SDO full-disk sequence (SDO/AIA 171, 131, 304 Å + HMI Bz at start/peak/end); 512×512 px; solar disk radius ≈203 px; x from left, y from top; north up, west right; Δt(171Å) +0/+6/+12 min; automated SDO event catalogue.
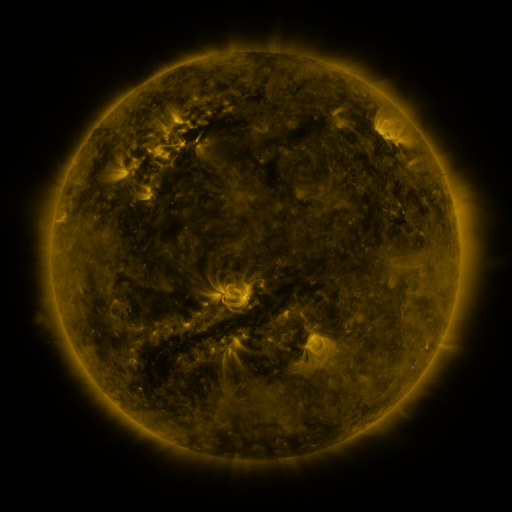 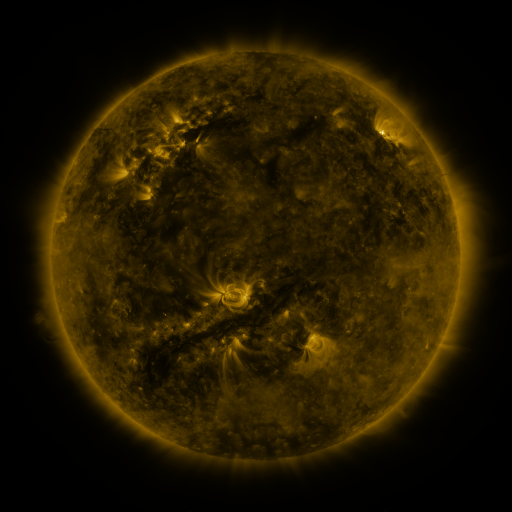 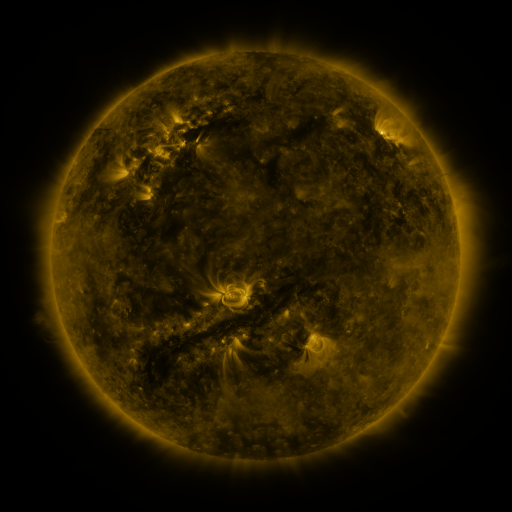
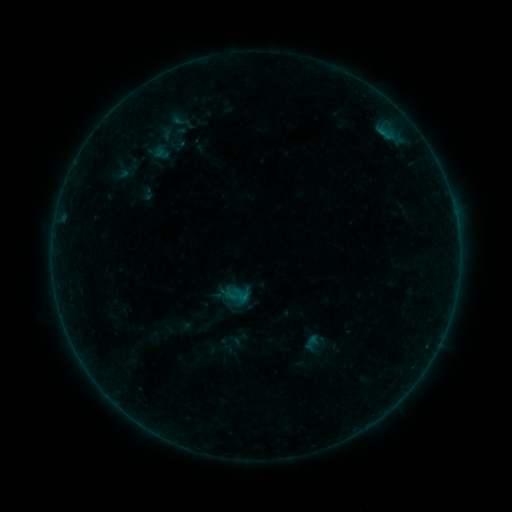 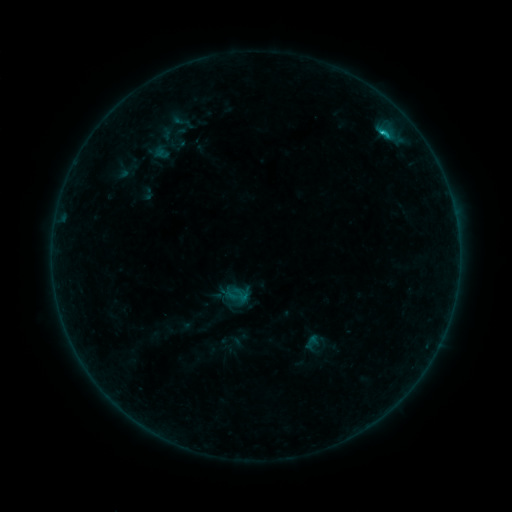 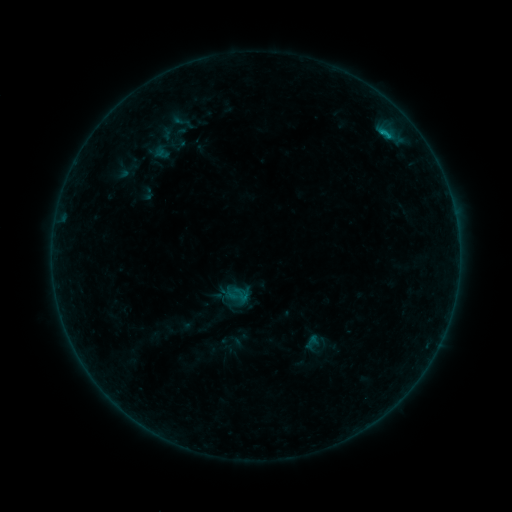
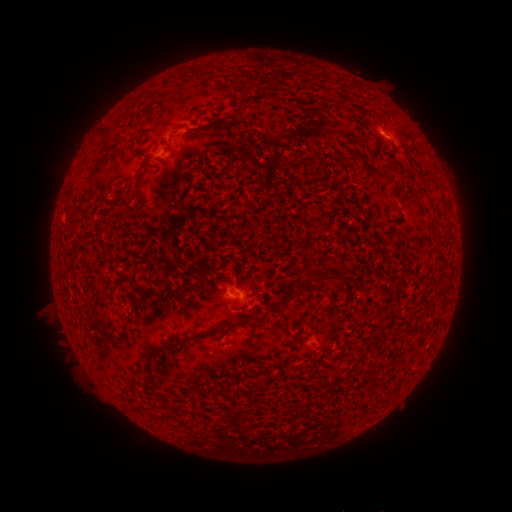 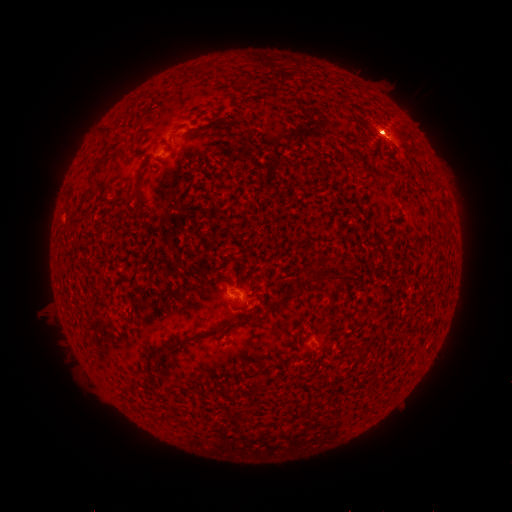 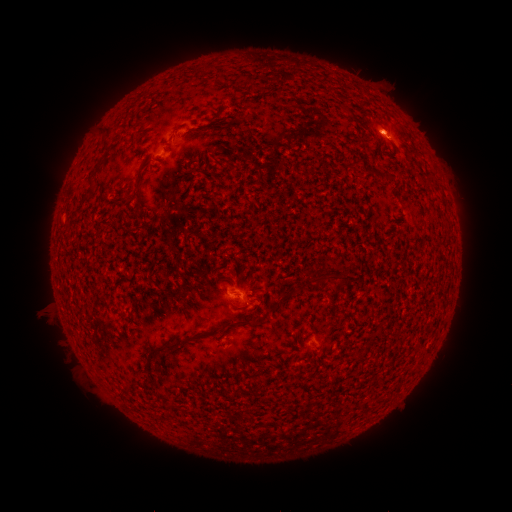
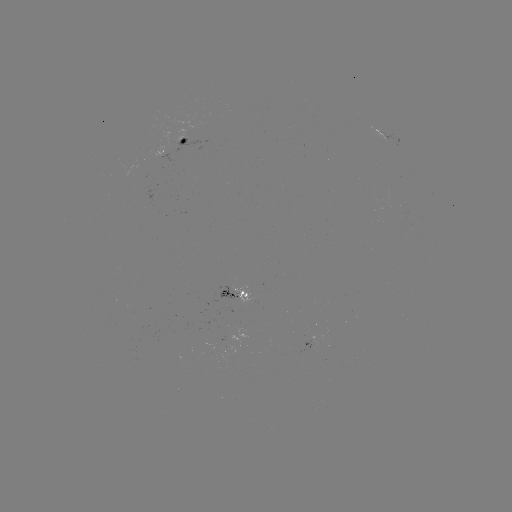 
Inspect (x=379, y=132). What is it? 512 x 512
C1.9 flare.